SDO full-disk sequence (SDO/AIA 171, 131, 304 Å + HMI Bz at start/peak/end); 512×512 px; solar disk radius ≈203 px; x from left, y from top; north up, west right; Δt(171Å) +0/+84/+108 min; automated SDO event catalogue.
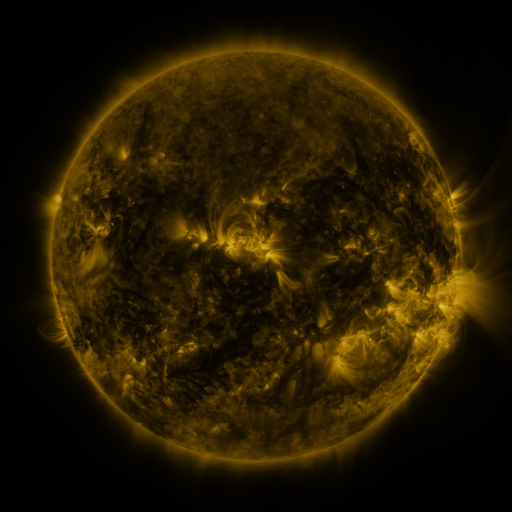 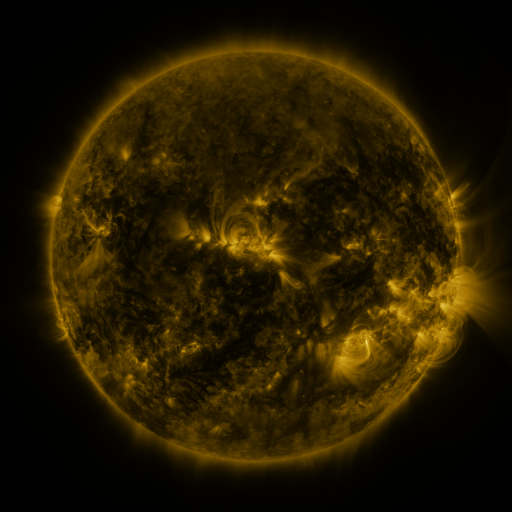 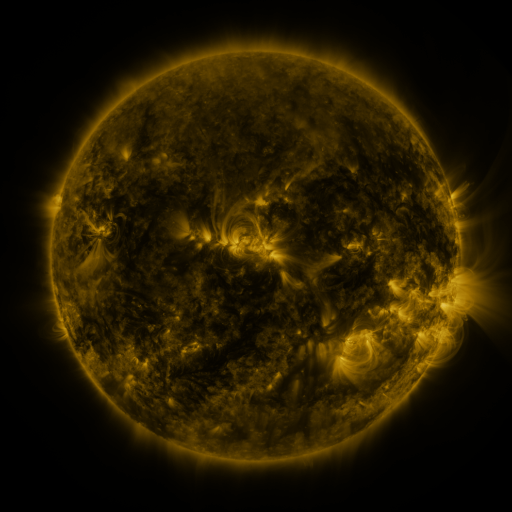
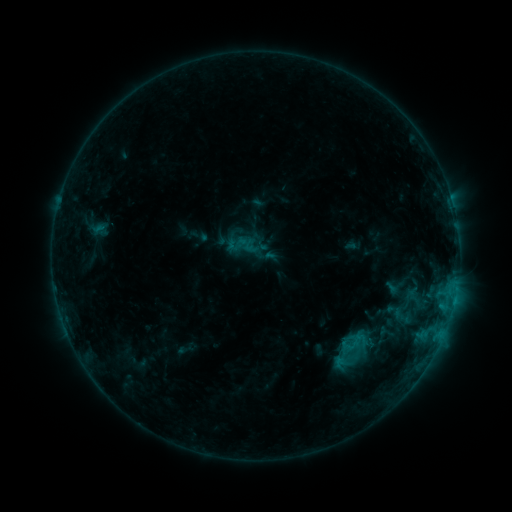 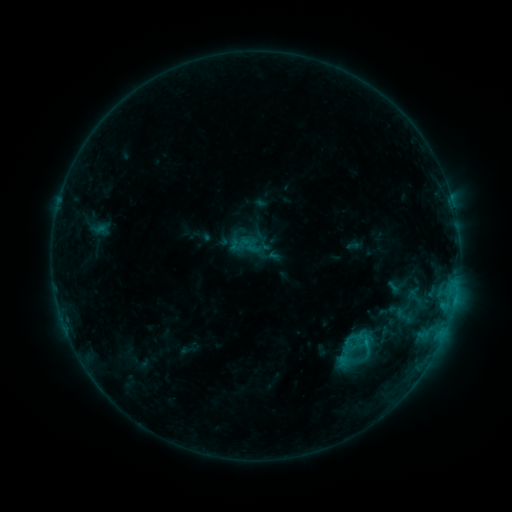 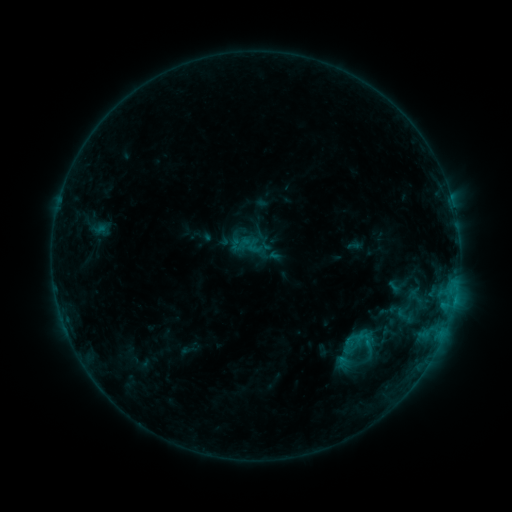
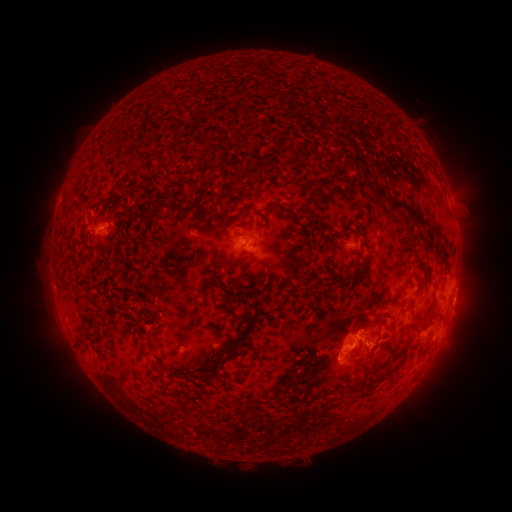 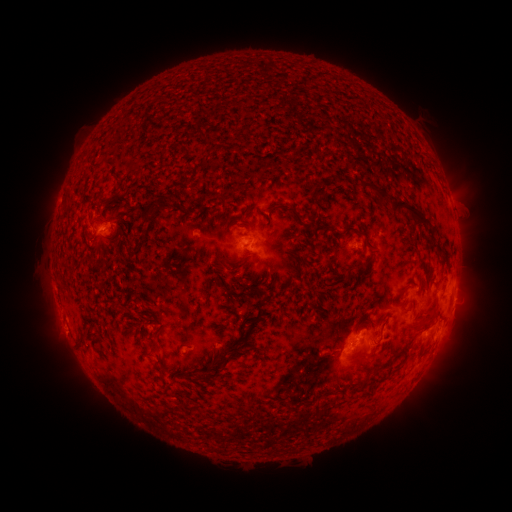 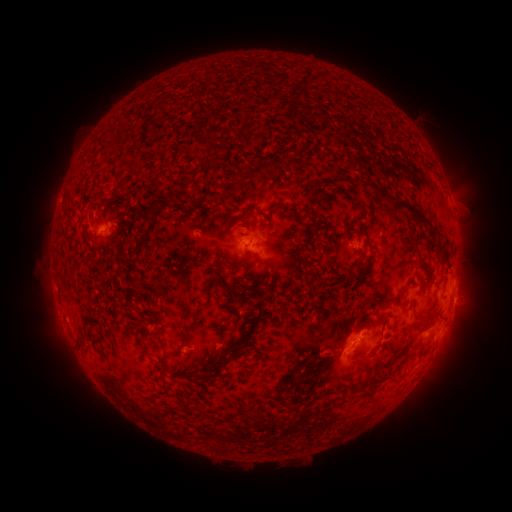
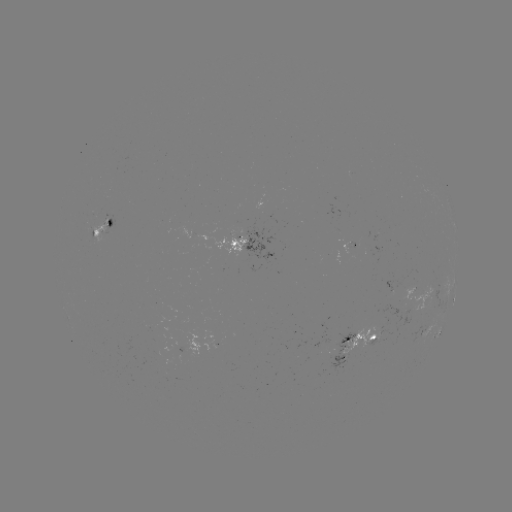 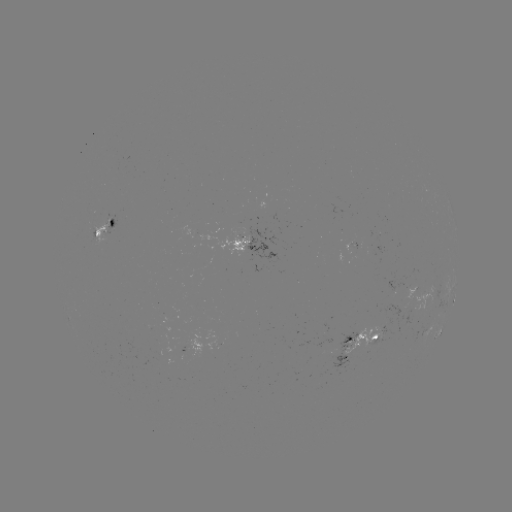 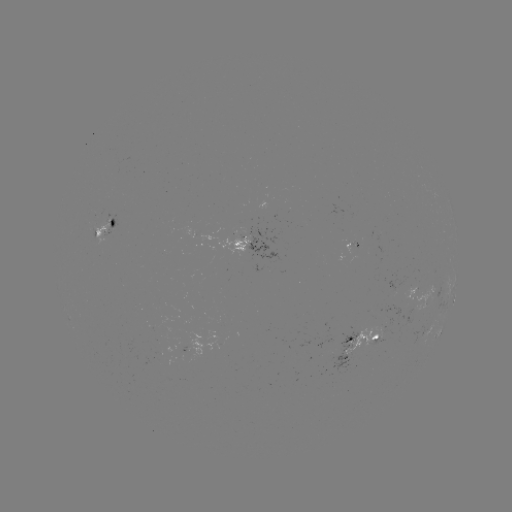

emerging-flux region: (330, 331, 358, 375)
